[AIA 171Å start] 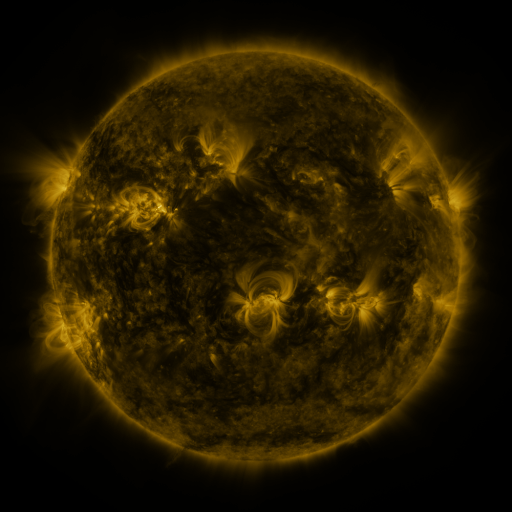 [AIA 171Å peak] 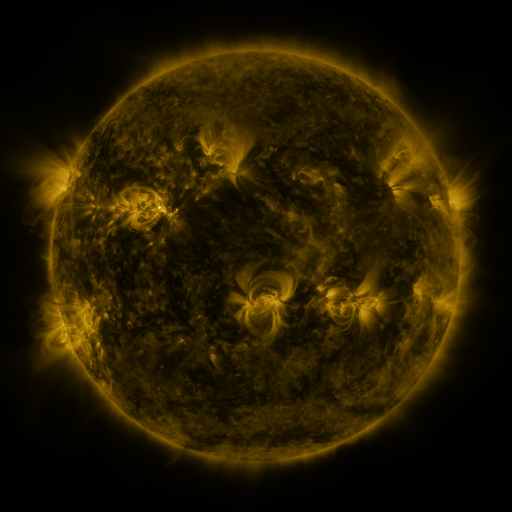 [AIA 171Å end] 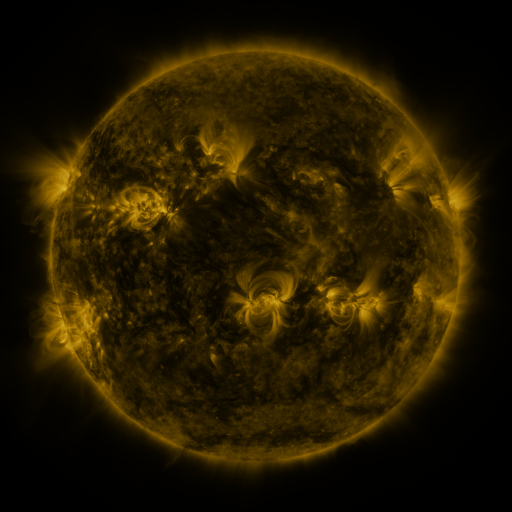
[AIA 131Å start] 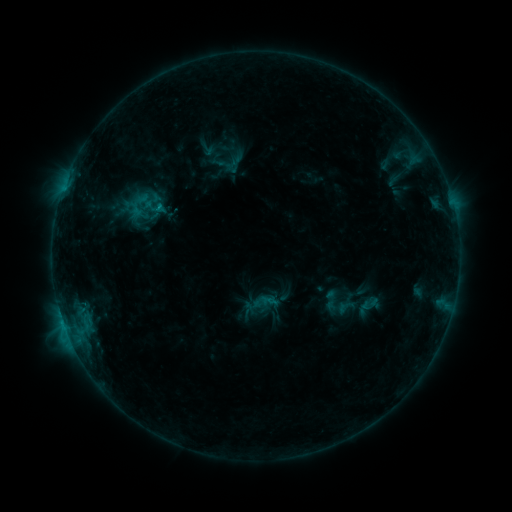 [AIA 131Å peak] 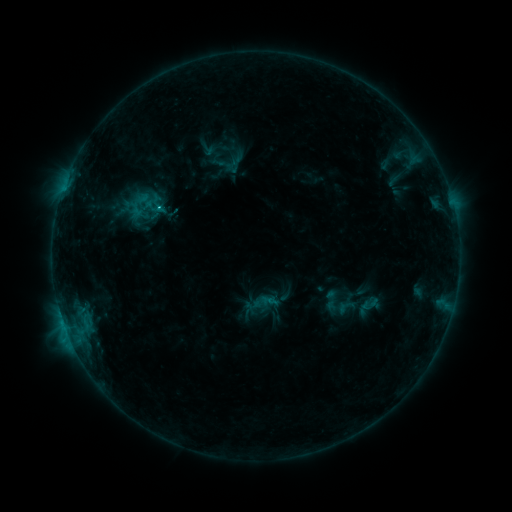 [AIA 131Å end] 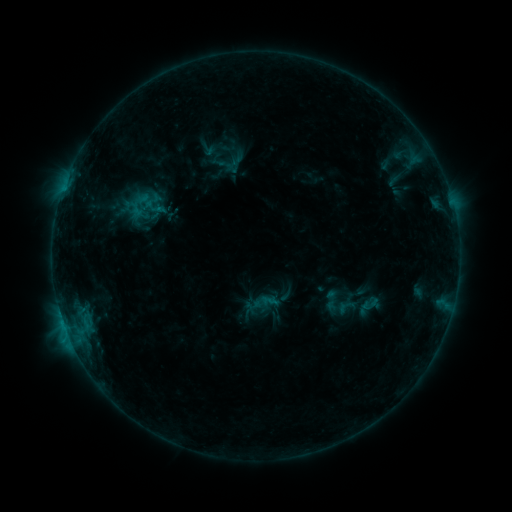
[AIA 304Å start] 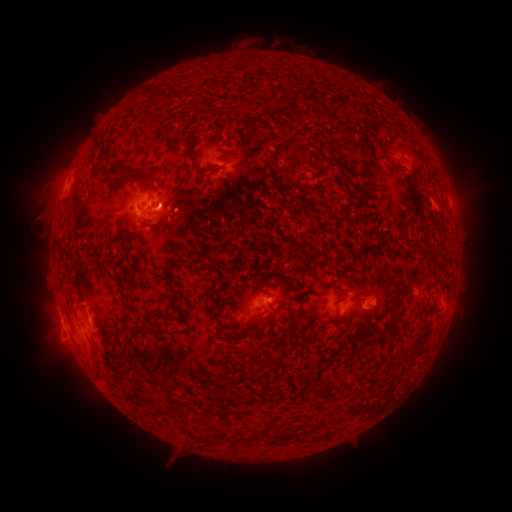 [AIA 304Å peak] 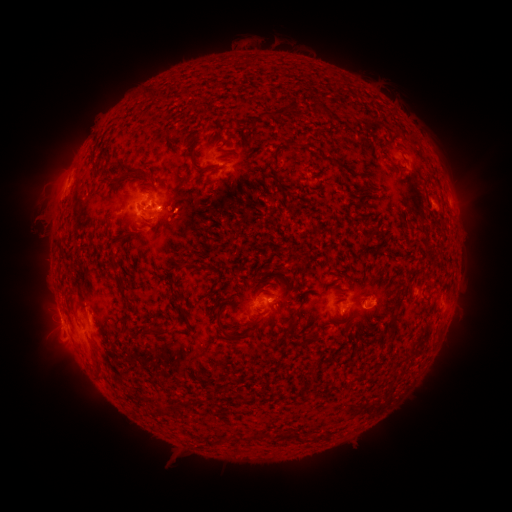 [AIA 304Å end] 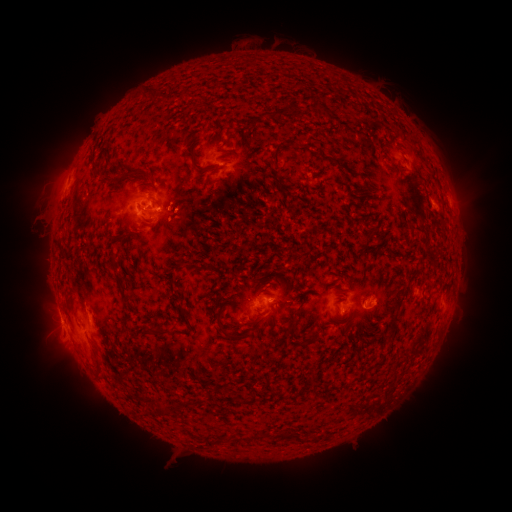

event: eruption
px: (61, 165)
